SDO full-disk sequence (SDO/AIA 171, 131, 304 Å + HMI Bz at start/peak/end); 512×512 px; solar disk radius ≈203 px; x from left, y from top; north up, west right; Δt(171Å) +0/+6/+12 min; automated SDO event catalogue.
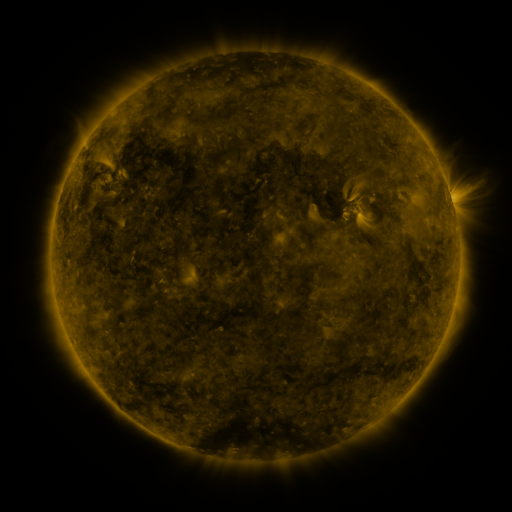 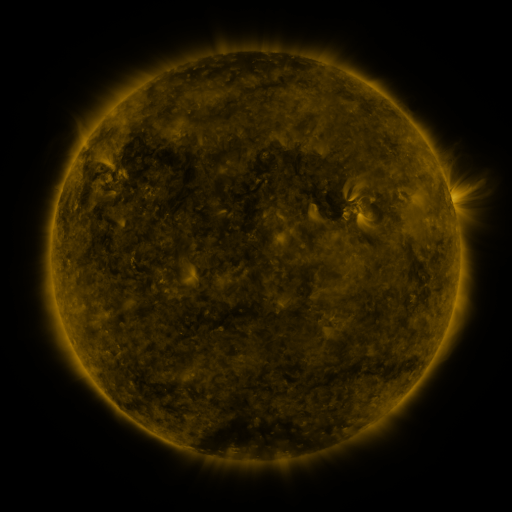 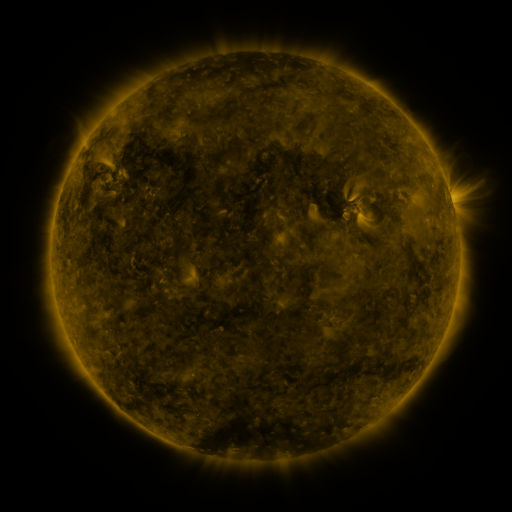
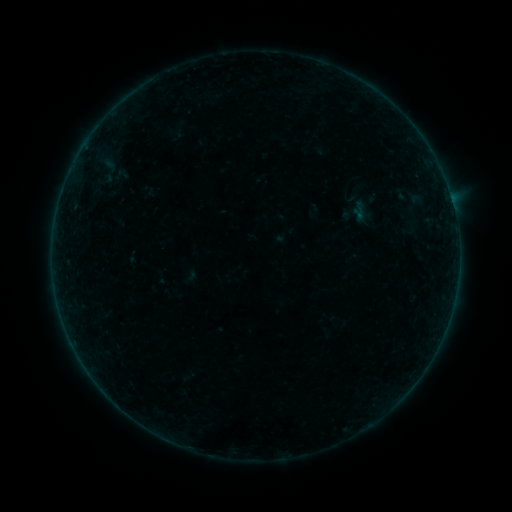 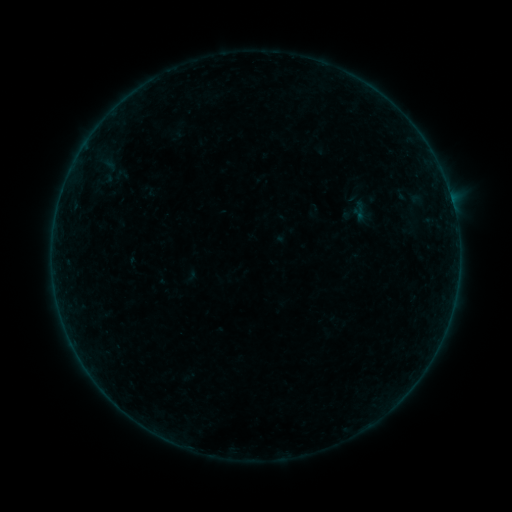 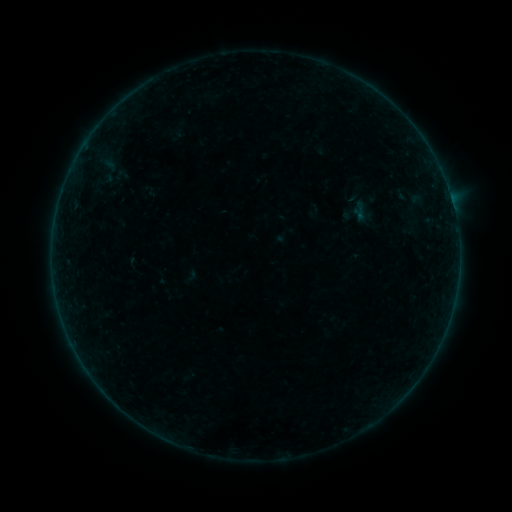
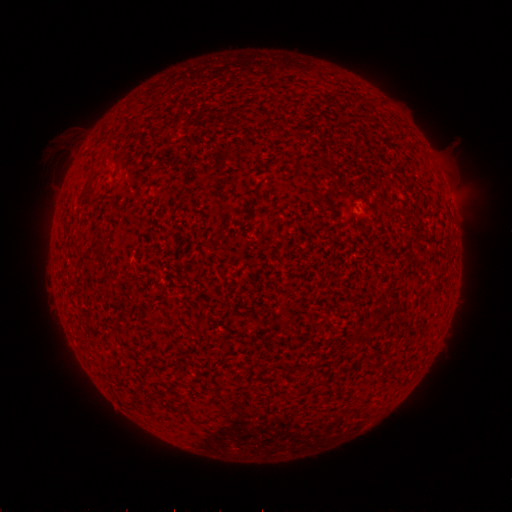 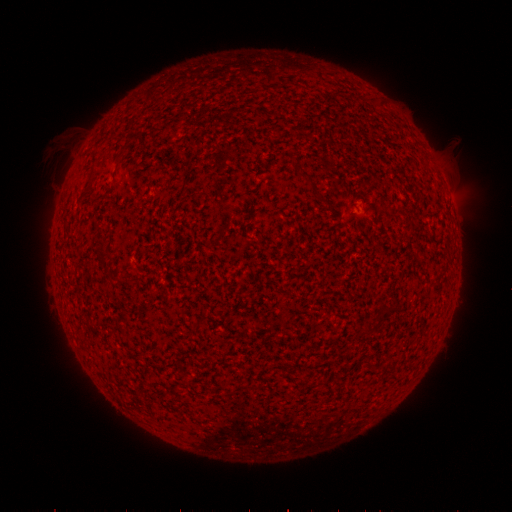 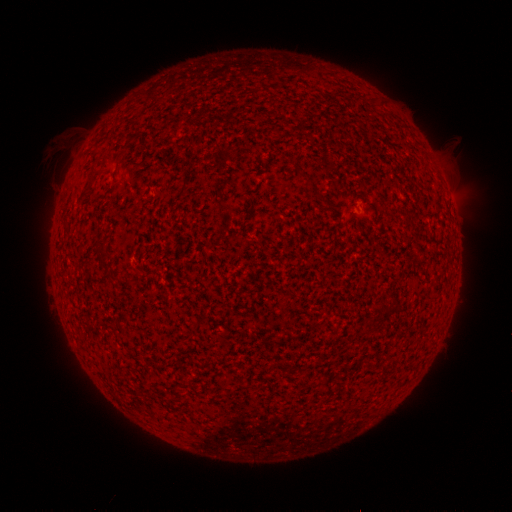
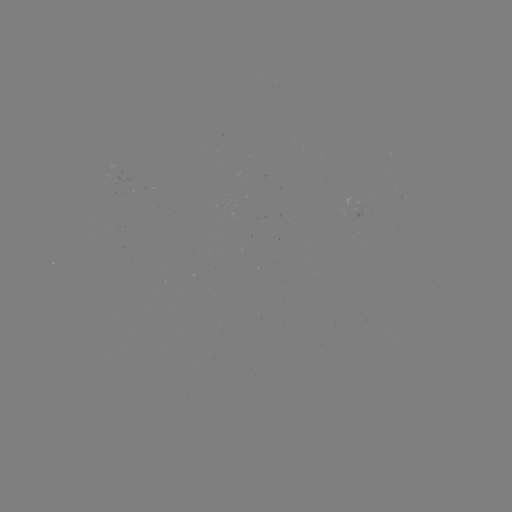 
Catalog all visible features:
B1.8 flare: (354, 212)
